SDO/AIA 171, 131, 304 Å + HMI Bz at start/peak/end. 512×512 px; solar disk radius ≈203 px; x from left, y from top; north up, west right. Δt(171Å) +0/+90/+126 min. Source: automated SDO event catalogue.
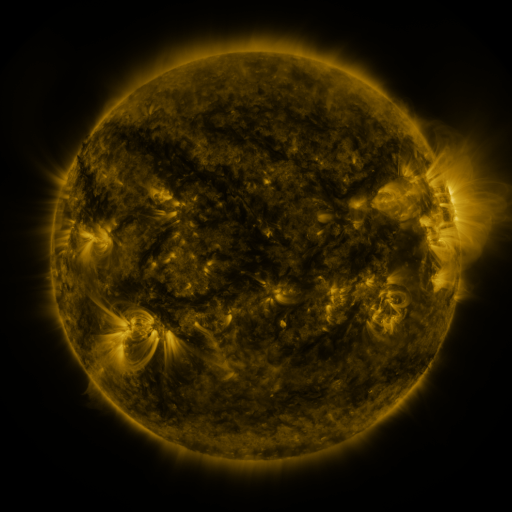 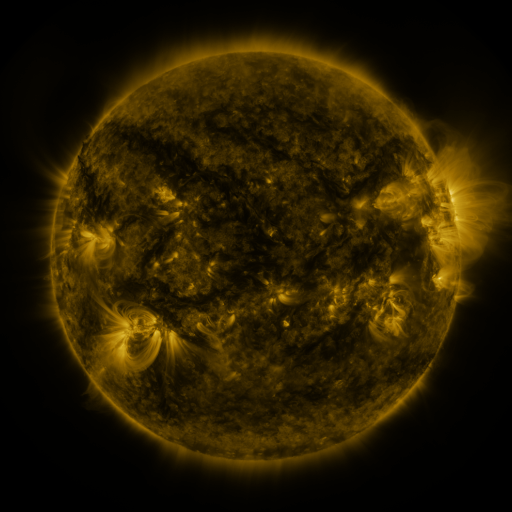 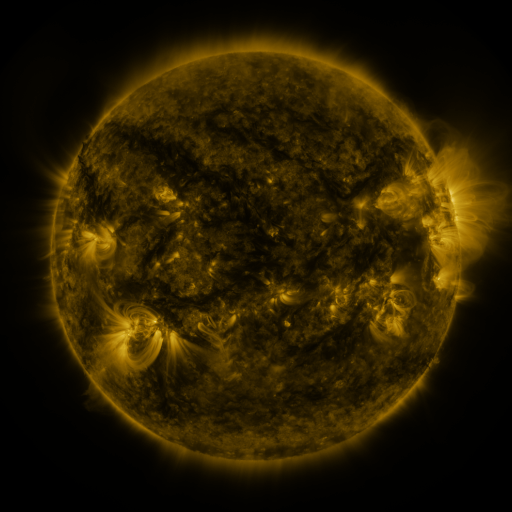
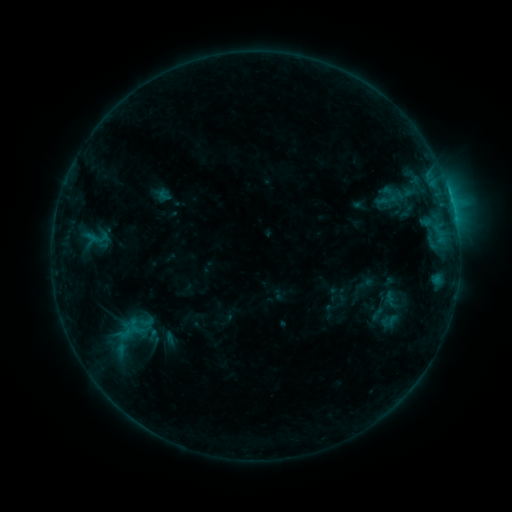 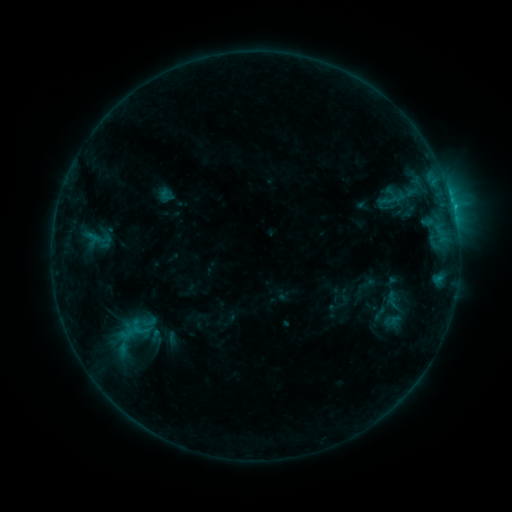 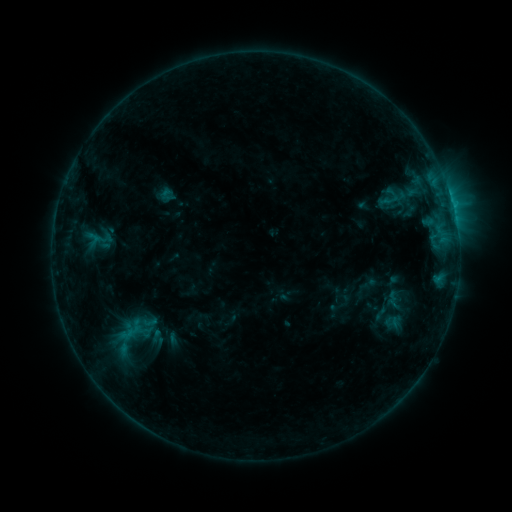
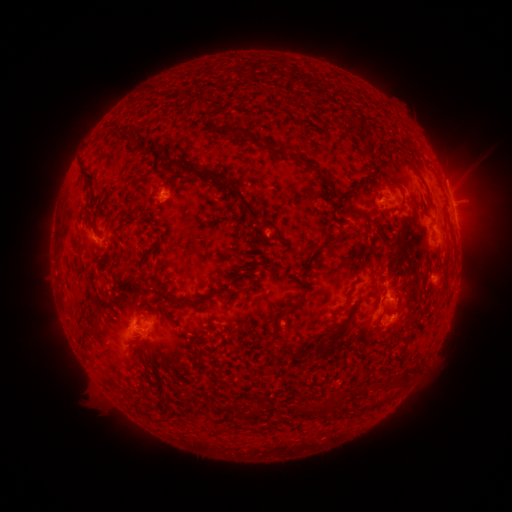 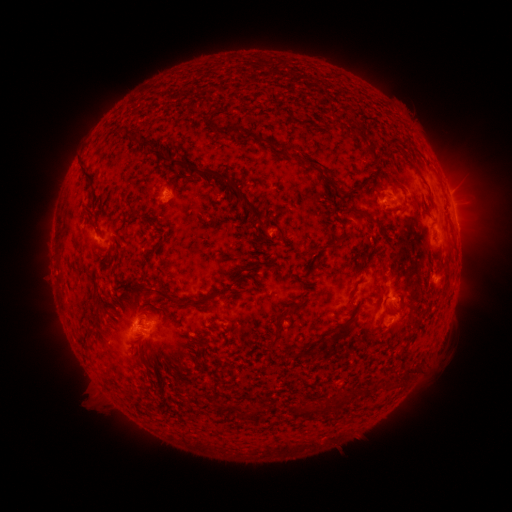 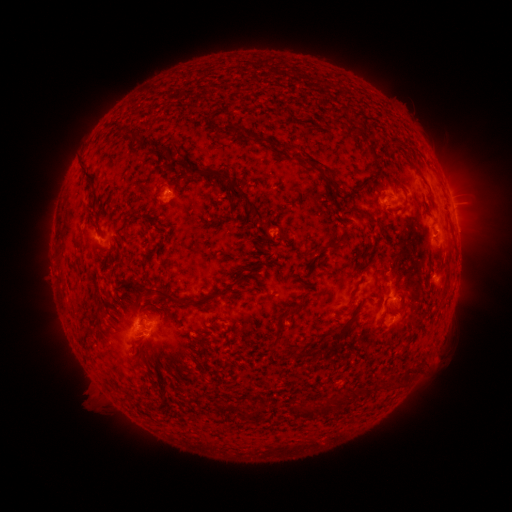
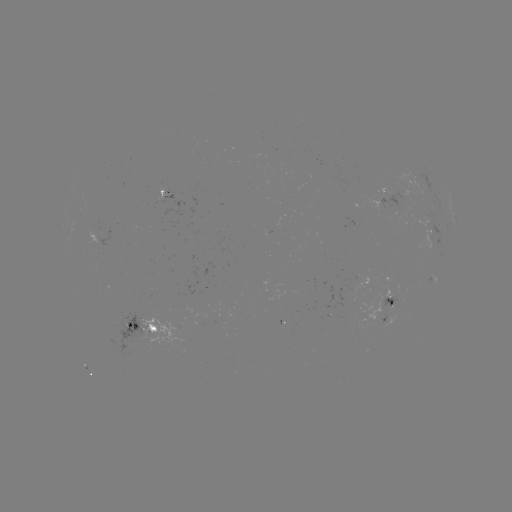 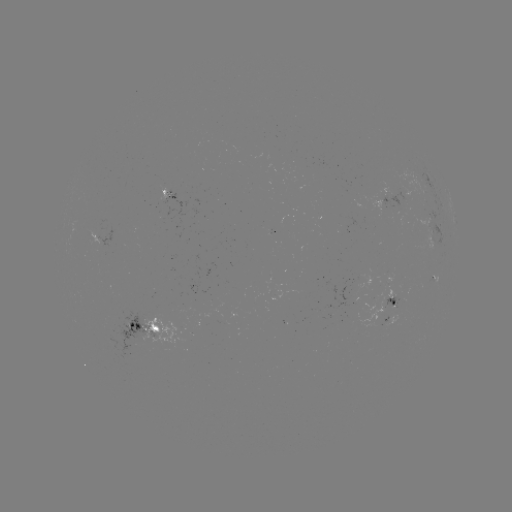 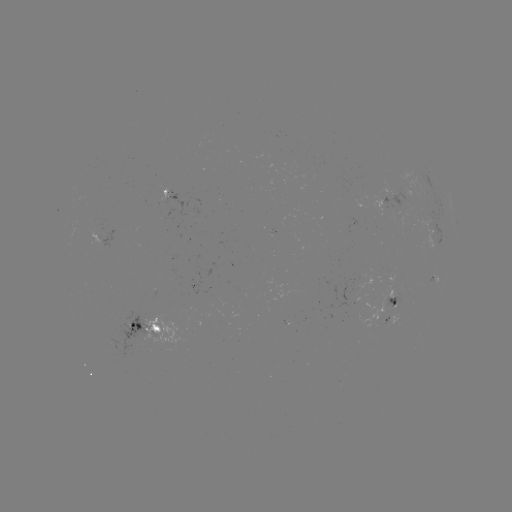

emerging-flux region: (385, 312, 398, 326)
